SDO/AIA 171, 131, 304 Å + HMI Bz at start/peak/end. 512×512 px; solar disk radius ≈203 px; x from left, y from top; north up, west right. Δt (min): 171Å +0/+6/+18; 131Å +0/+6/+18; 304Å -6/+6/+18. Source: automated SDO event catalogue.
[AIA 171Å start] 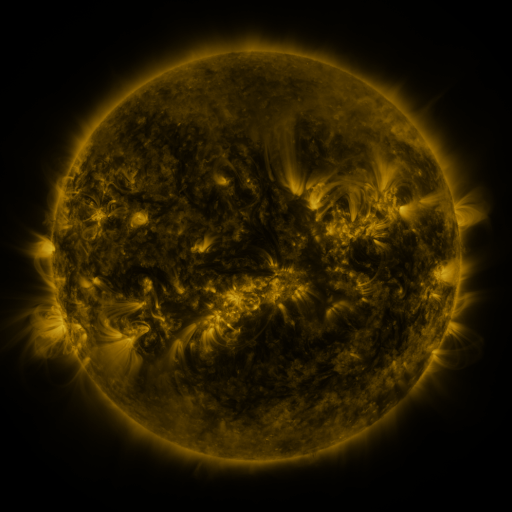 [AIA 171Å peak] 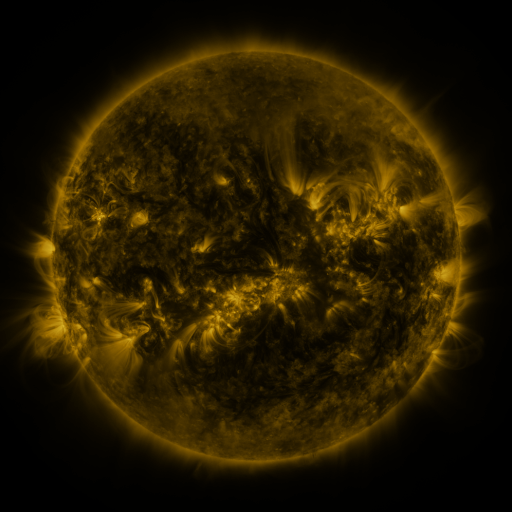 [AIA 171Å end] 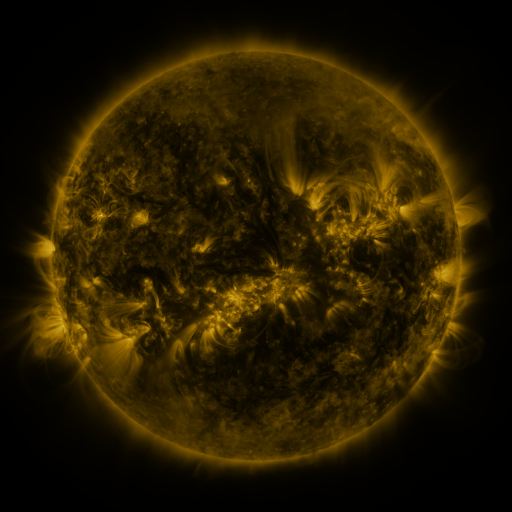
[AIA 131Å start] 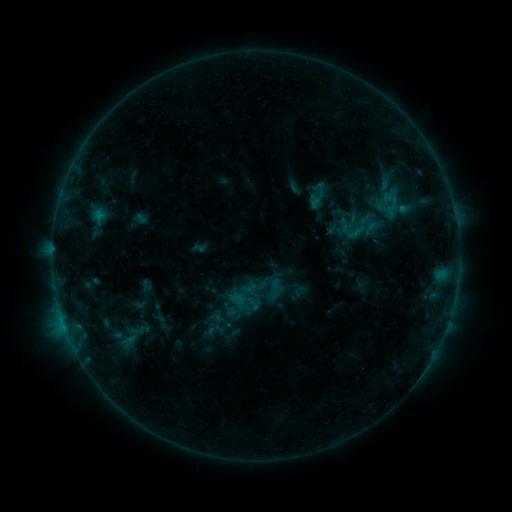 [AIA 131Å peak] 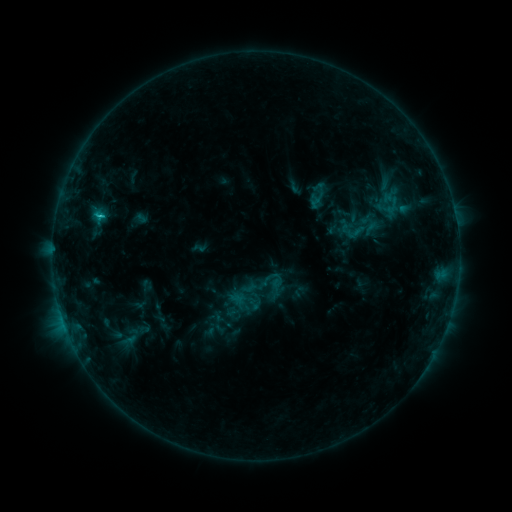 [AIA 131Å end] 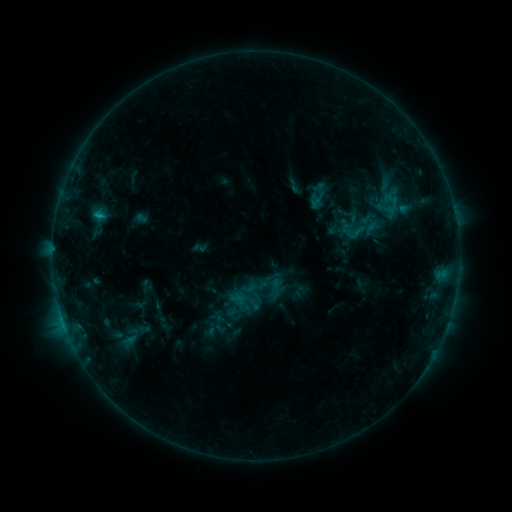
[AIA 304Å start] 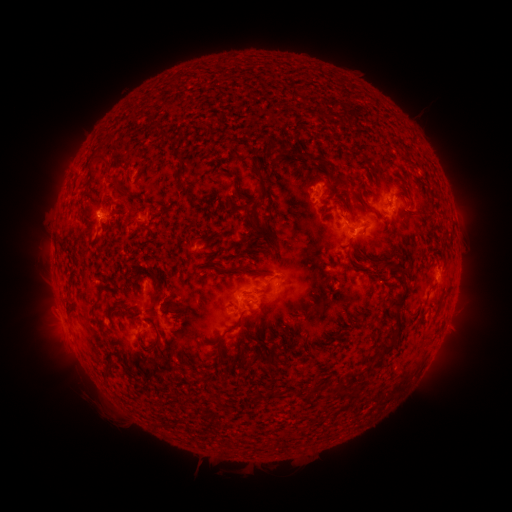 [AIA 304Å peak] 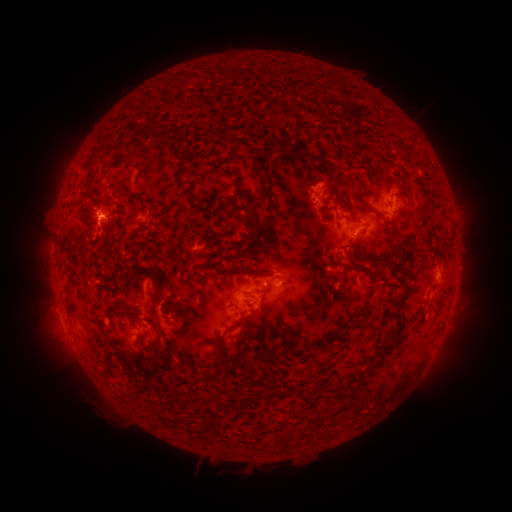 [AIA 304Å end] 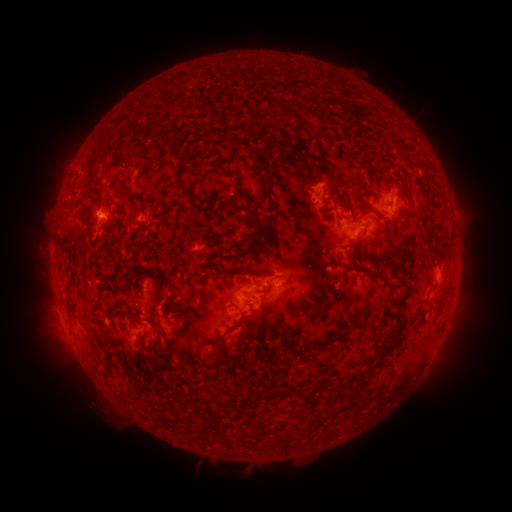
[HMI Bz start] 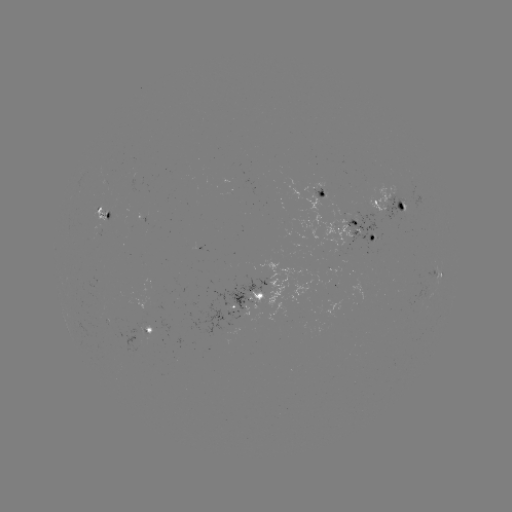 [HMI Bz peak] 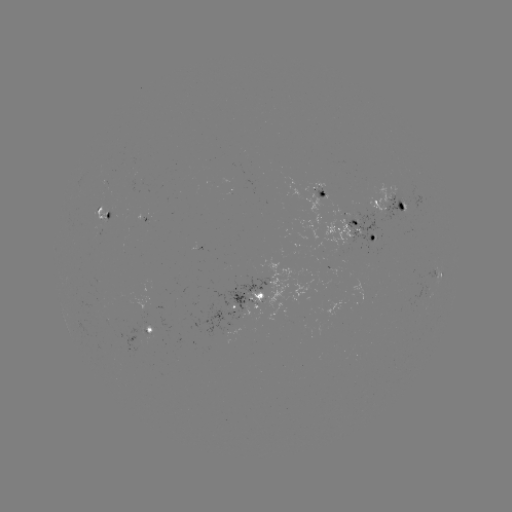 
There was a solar flare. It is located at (101, 217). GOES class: C1.5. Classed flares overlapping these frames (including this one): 1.